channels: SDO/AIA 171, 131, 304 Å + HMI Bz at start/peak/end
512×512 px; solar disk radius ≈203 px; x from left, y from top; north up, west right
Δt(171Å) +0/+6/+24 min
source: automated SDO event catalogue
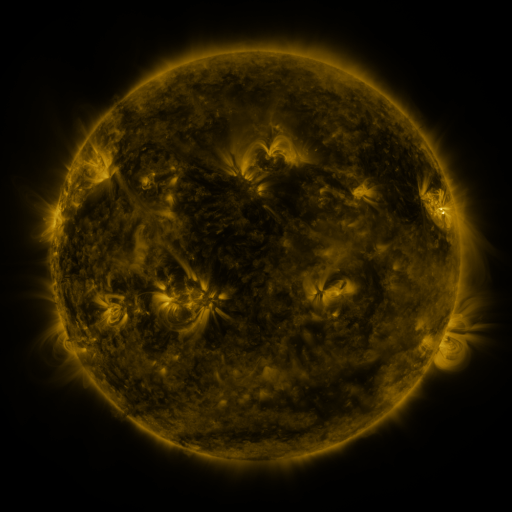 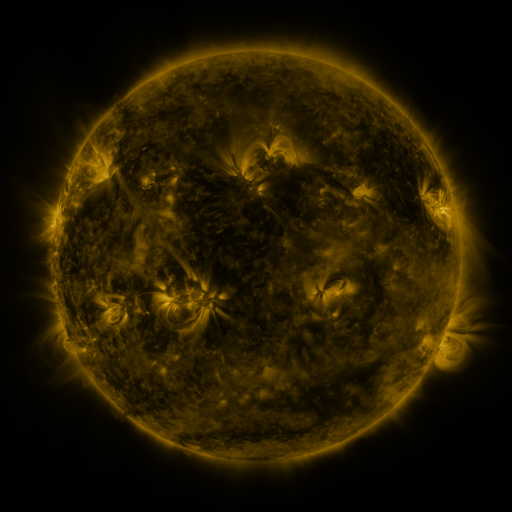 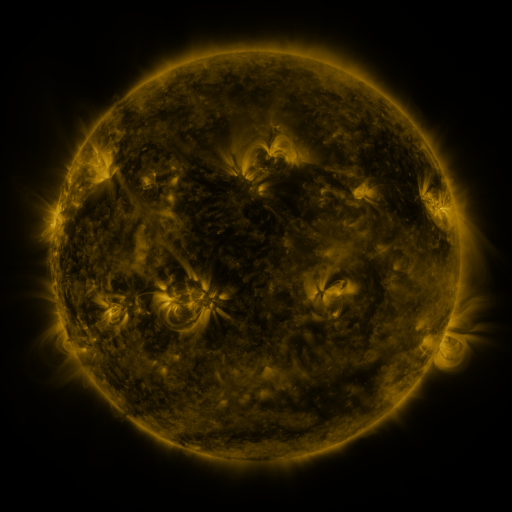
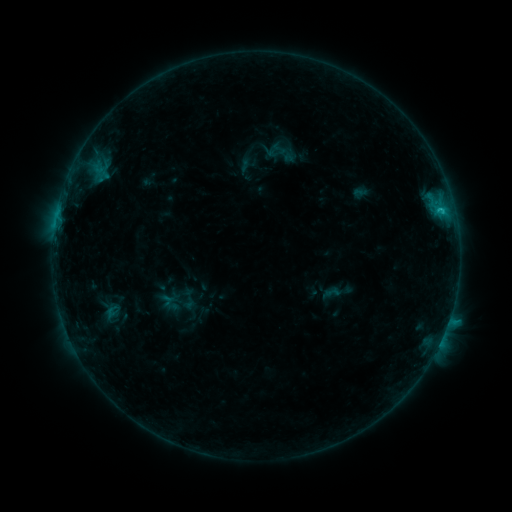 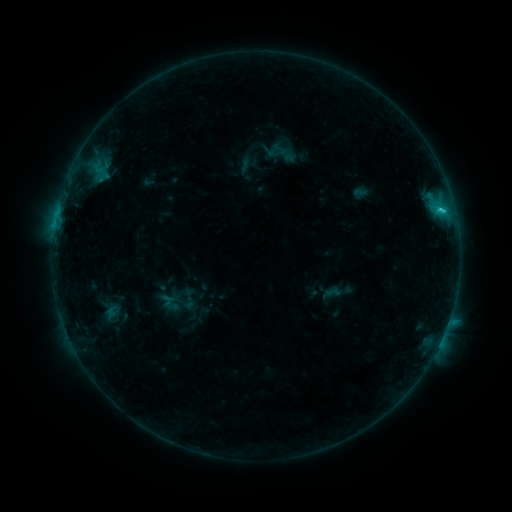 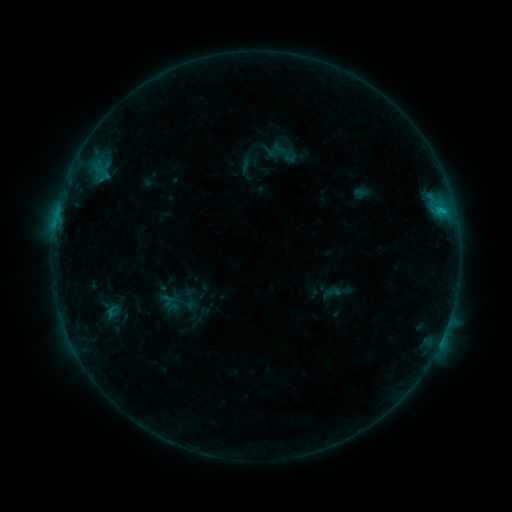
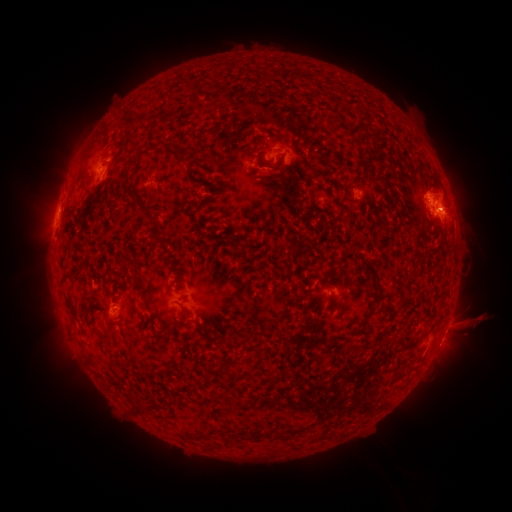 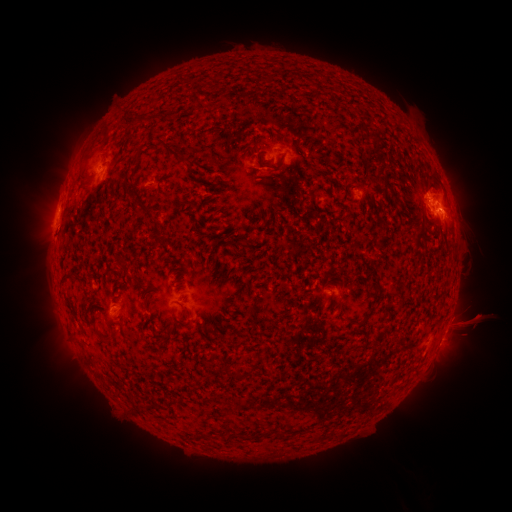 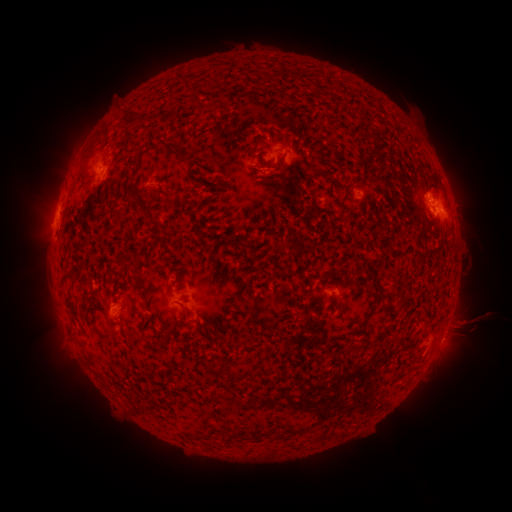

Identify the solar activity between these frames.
C1.7 flare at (439, 210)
